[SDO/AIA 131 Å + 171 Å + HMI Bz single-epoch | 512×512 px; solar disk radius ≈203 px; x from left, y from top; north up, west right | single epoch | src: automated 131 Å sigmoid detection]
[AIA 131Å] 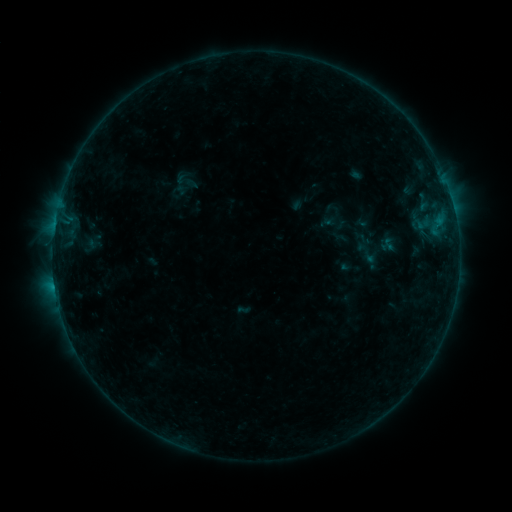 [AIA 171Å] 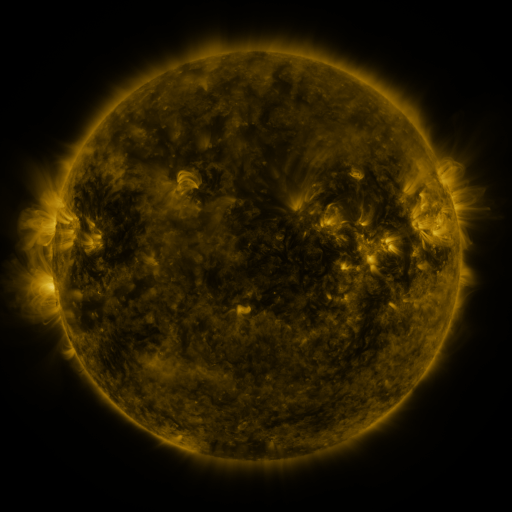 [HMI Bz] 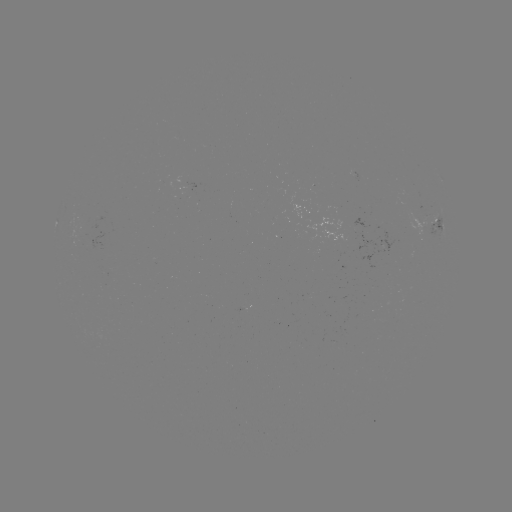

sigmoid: <bbox>352, 239, 381, 267</bbox>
